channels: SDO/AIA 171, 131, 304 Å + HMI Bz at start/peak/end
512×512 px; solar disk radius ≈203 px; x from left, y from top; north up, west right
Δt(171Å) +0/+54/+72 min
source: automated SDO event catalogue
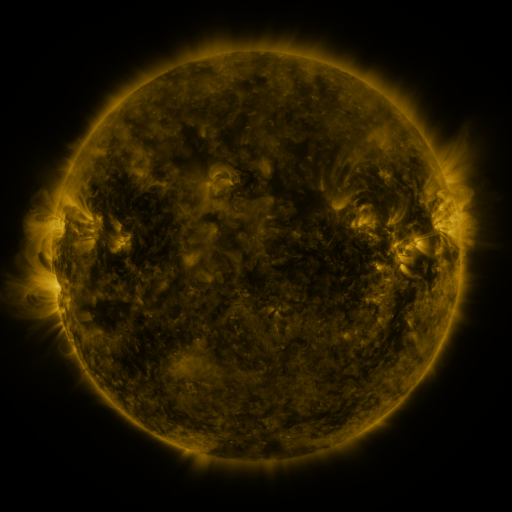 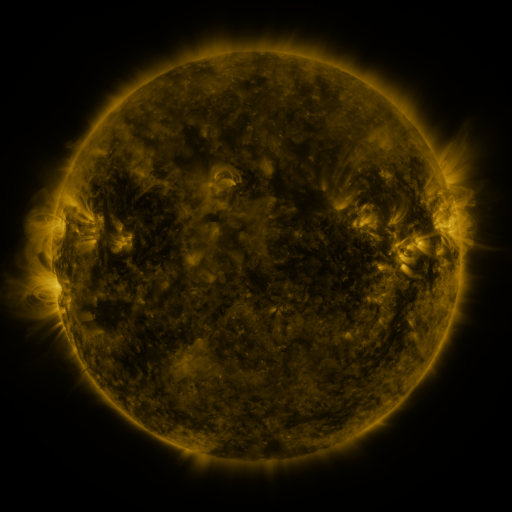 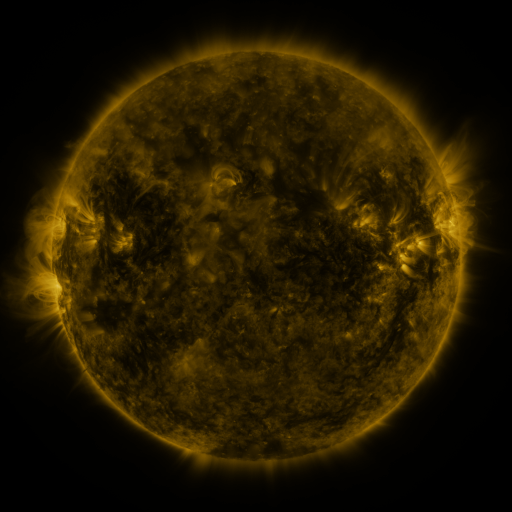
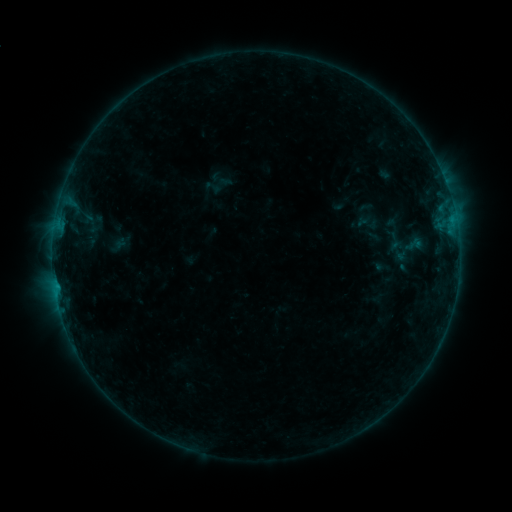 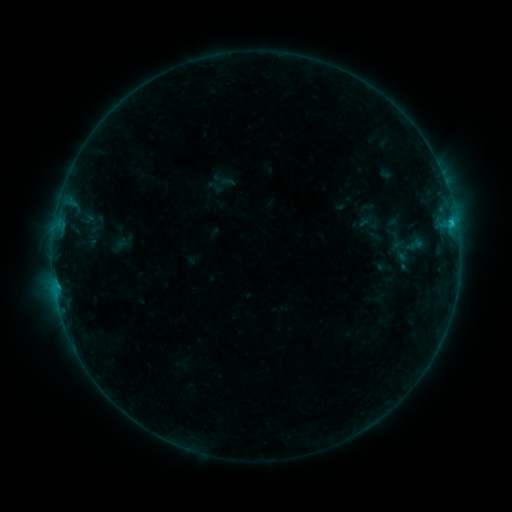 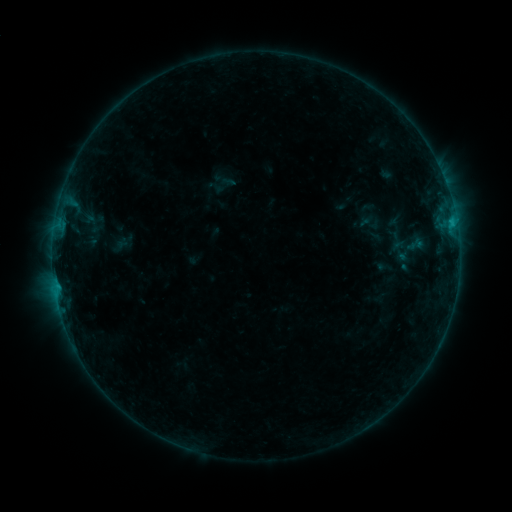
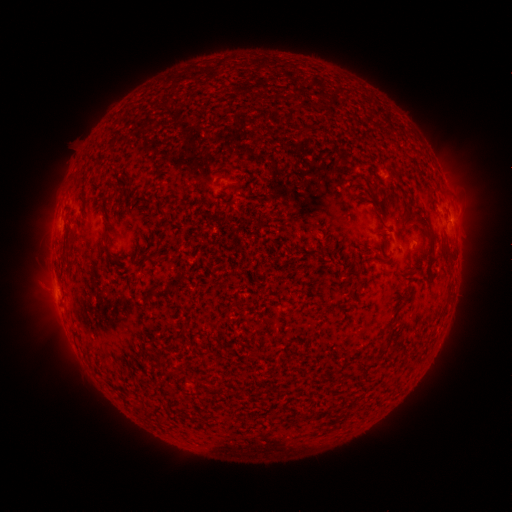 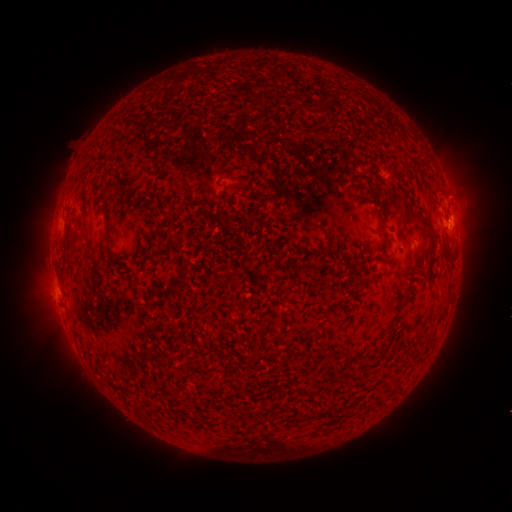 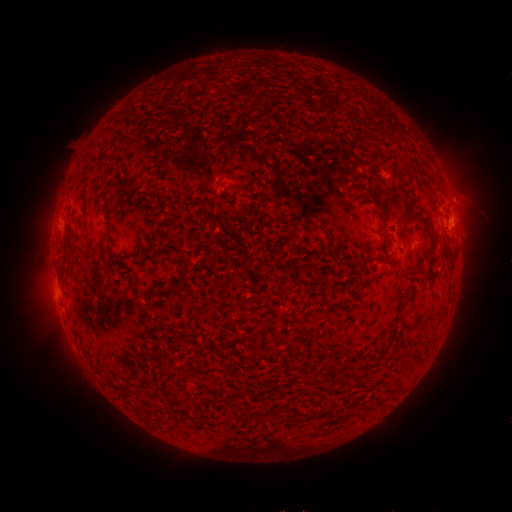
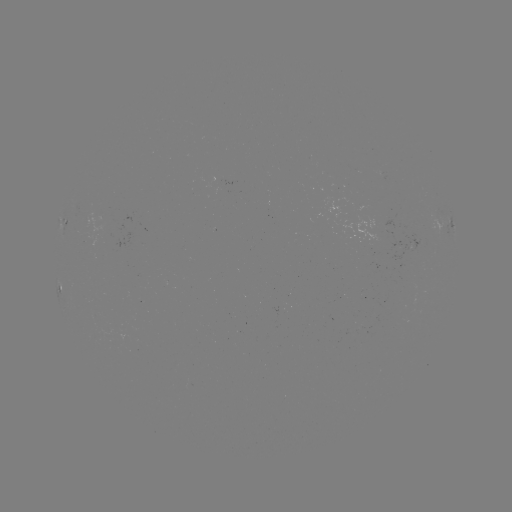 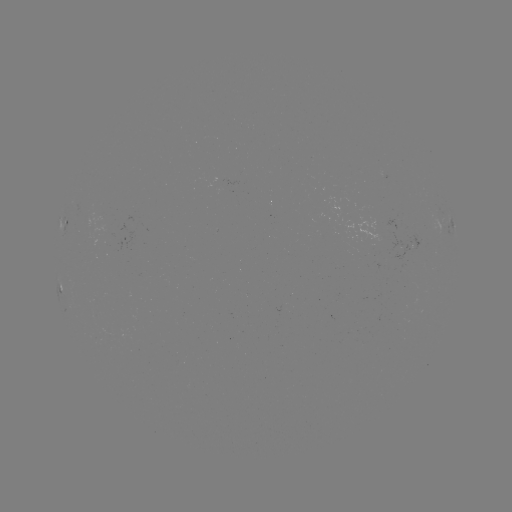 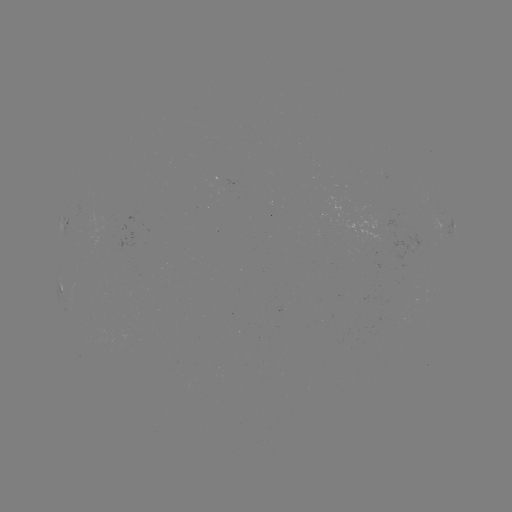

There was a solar flare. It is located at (450, 224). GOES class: B7.5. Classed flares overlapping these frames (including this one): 1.